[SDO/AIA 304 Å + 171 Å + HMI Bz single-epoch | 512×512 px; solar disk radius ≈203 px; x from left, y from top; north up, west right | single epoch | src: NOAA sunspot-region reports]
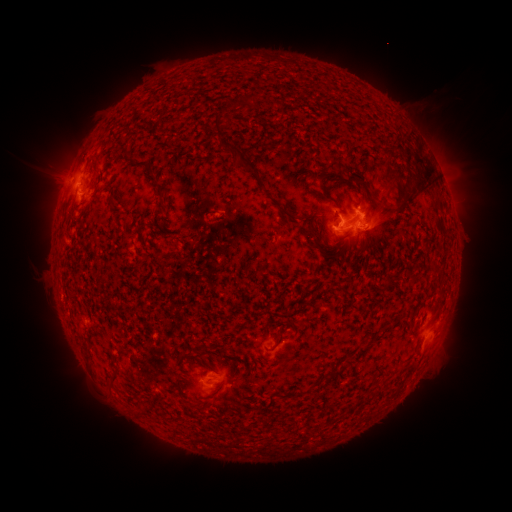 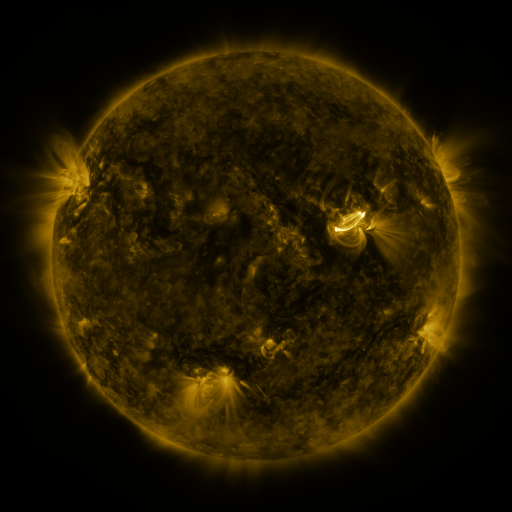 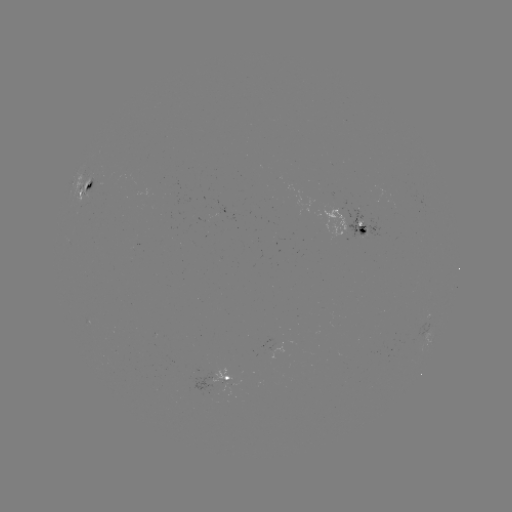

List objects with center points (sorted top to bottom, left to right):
spotted active region: (84, 186)
spotted active region: (360, 228)
spotted active region: (424, 321)
spotted active region: (228, 379)
